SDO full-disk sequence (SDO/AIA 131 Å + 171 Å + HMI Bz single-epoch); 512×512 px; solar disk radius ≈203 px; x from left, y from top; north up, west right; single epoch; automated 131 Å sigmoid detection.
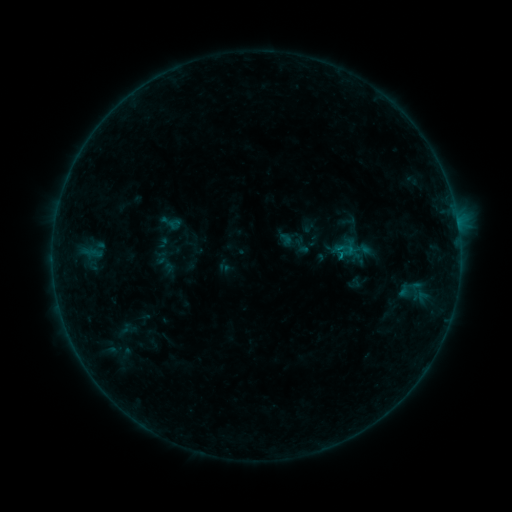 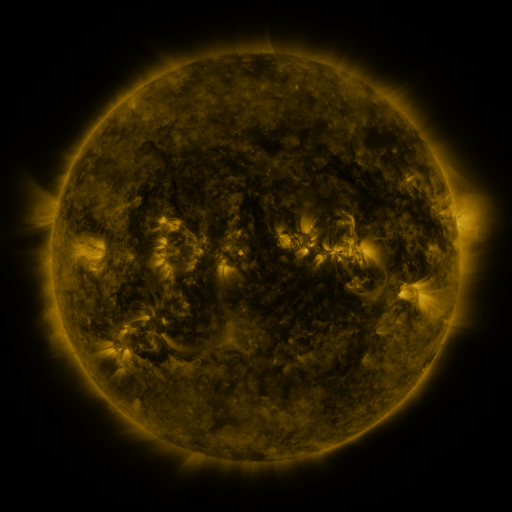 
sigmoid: [159, 210, 182, 235]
